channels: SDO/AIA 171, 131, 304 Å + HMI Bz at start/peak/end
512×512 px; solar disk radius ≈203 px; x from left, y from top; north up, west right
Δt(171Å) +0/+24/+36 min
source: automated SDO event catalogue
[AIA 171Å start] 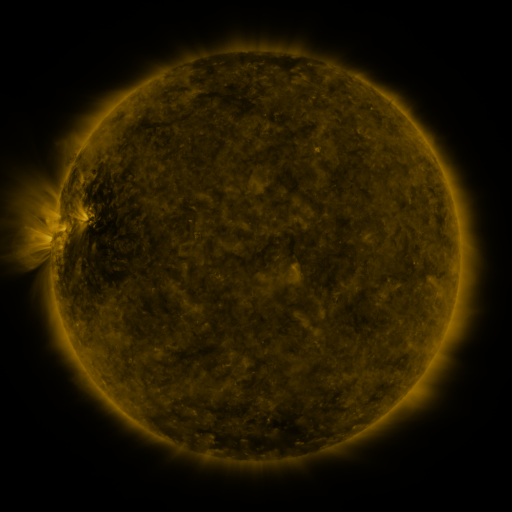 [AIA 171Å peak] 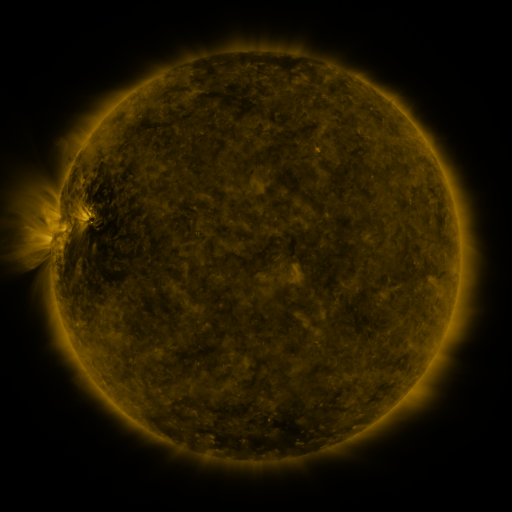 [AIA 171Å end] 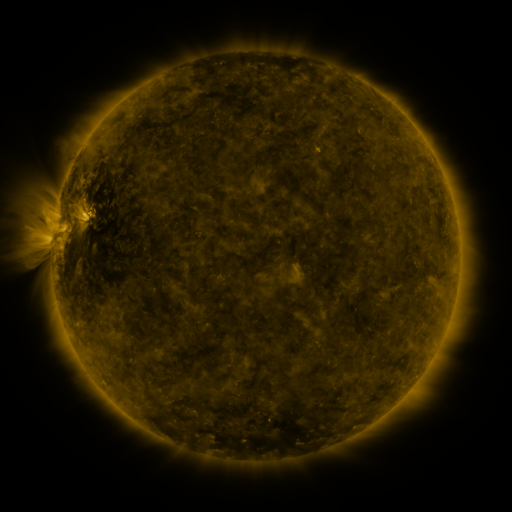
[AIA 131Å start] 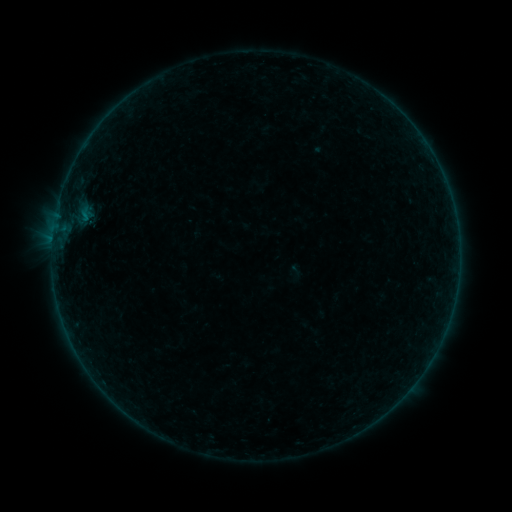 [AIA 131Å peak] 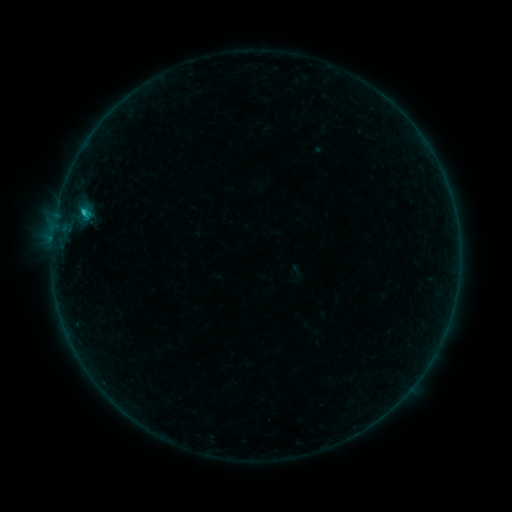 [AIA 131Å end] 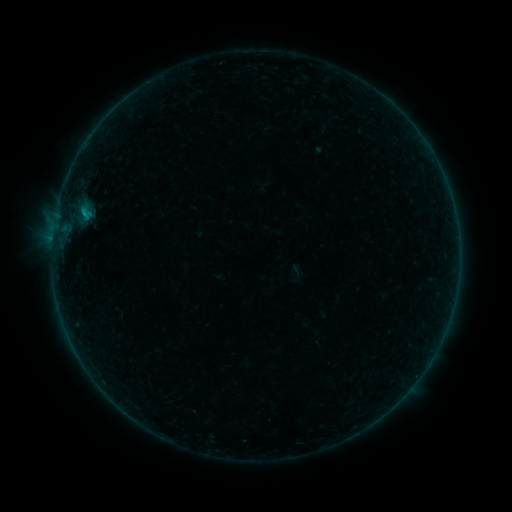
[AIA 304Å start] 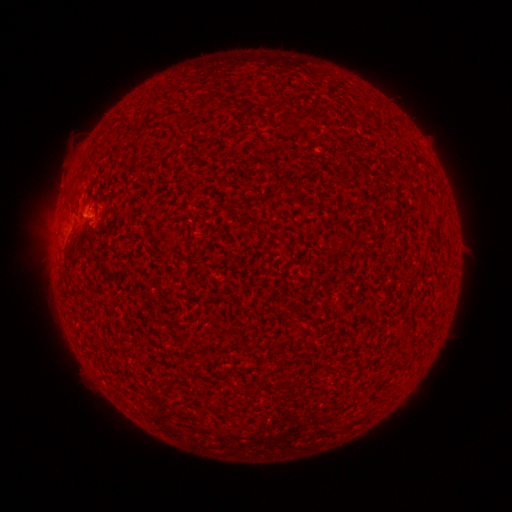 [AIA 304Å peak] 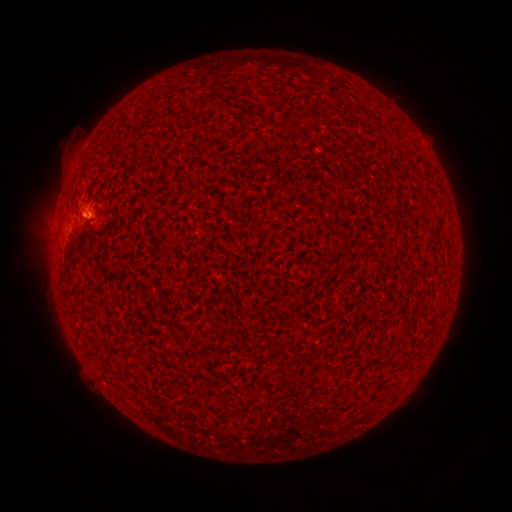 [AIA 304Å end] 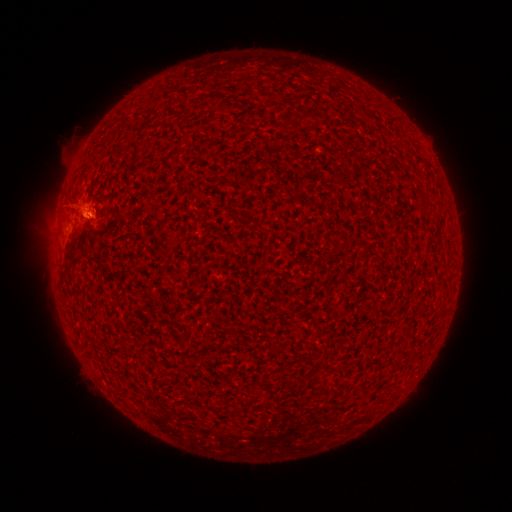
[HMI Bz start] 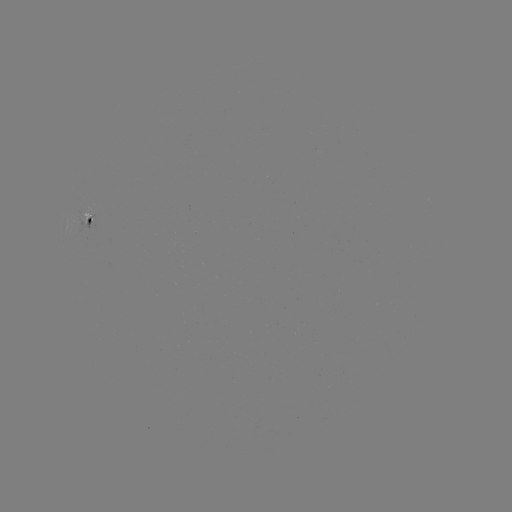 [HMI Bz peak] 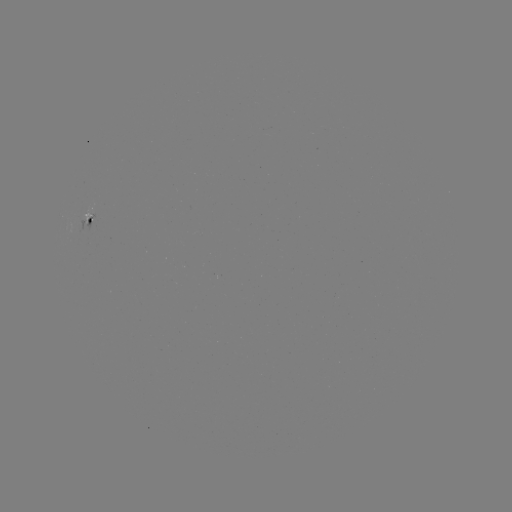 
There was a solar flare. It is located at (85, 213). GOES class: B6.4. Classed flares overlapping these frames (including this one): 1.